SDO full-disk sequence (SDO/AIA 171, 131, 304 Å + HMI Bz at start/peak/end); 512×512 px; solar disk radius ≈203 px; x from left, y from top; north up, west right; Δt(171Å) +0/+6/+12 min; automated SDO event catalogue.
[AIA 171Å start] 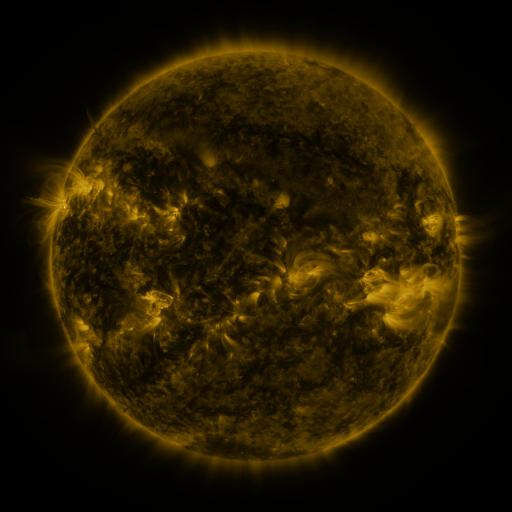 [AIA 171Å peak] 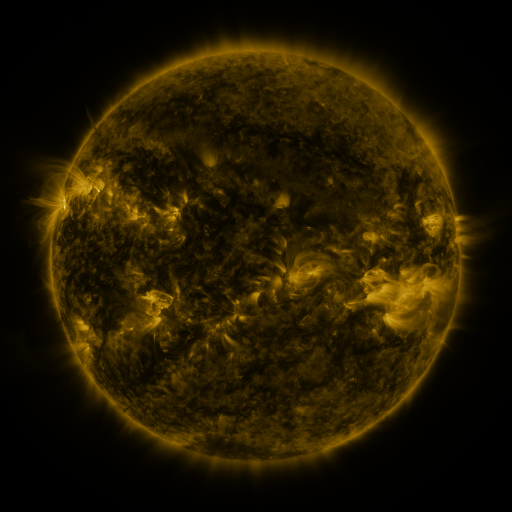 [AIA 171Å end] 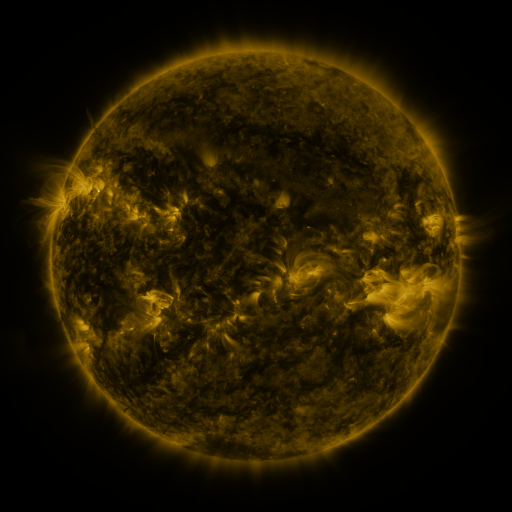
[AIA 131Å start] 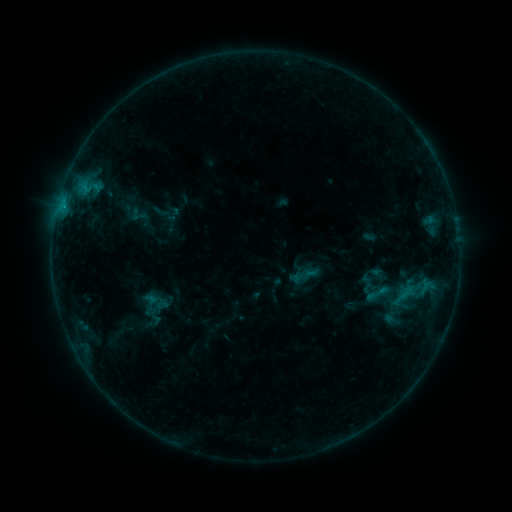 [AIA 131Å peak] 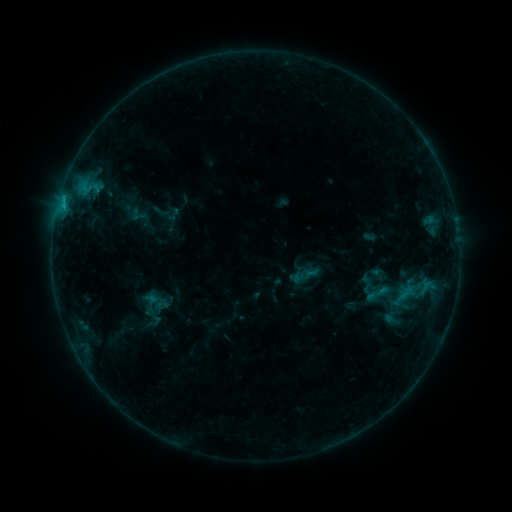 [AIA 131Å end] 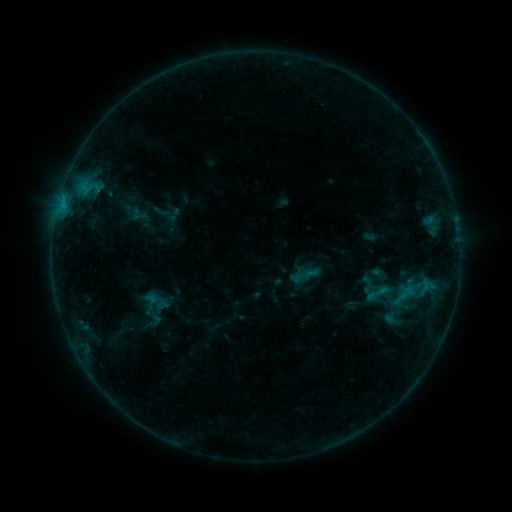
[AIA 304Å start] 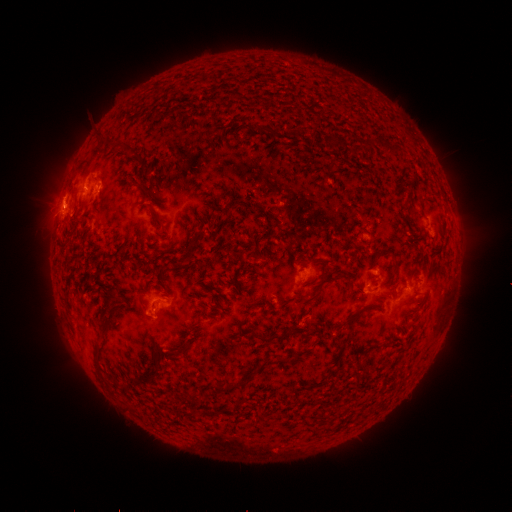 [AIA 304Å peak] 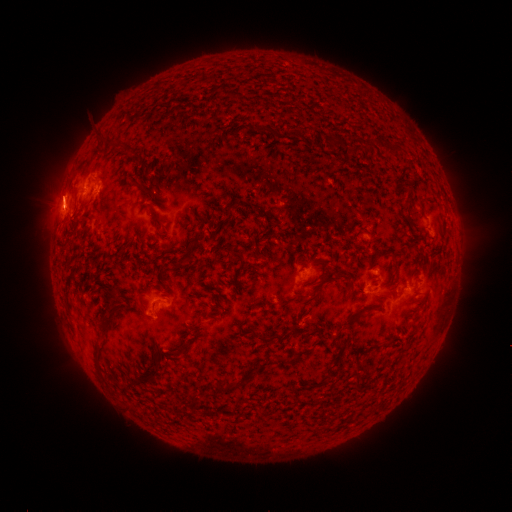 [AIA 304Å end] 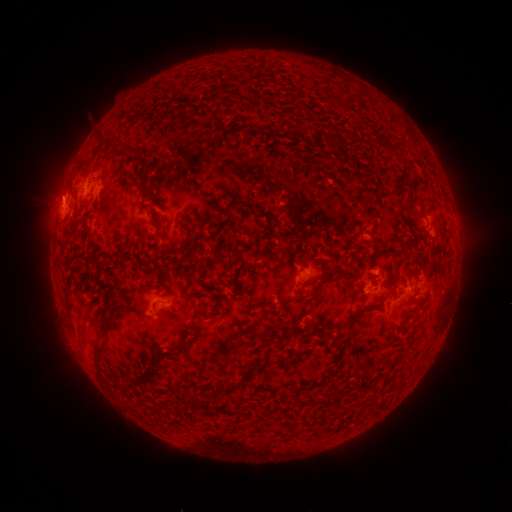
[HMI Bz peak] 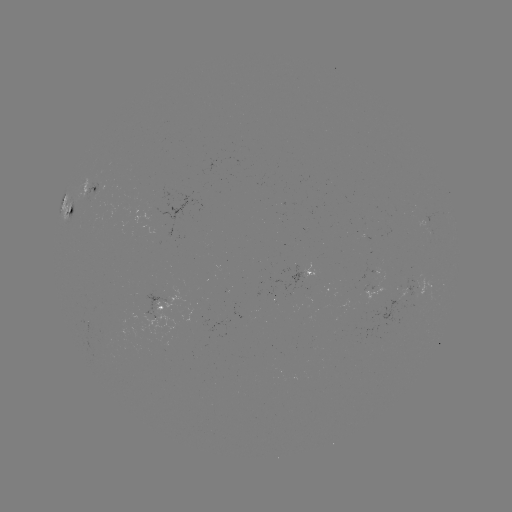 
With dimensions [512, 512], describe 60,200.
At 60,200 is eruption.